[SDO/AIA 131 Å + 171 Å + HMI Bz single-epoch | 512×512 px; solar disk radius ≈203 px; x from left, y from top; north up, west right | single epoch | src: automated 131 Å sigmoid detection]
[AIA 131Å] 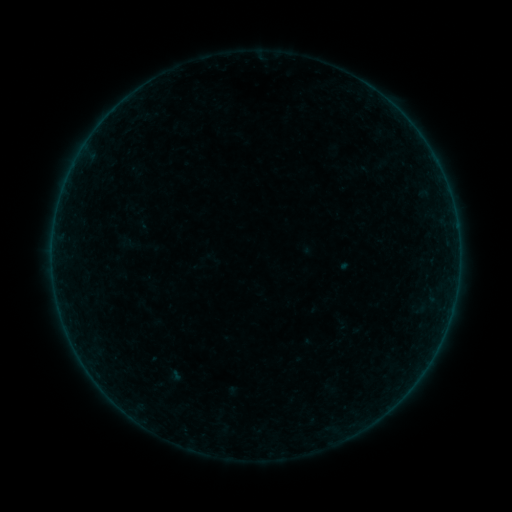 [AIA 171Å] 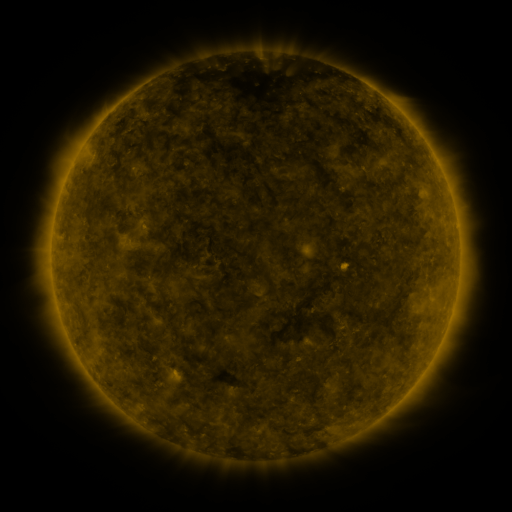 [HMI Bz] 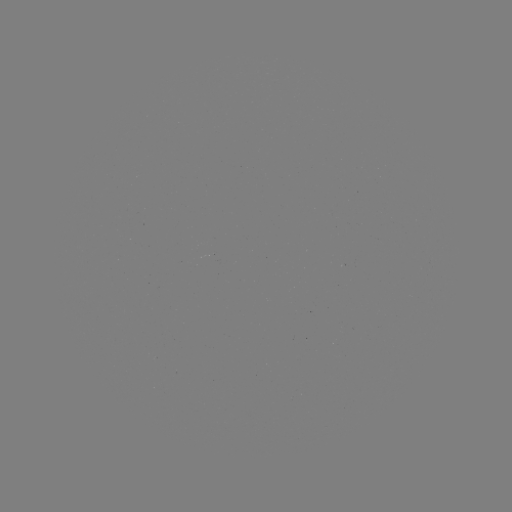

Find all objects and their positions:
sigmoid: <bbox>204, 250, 222, 270</bbox>
